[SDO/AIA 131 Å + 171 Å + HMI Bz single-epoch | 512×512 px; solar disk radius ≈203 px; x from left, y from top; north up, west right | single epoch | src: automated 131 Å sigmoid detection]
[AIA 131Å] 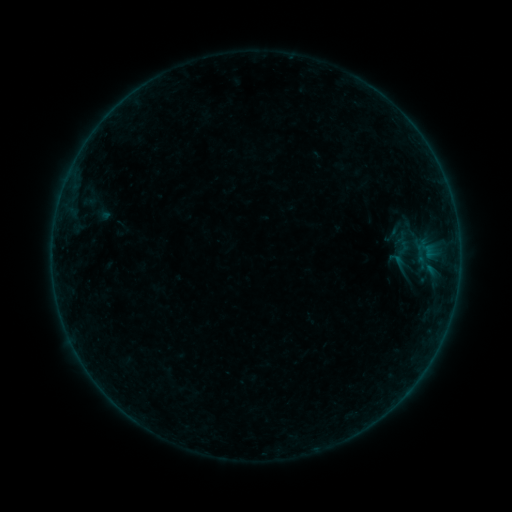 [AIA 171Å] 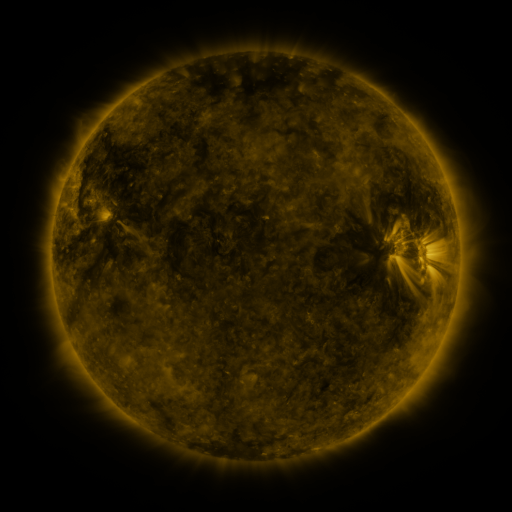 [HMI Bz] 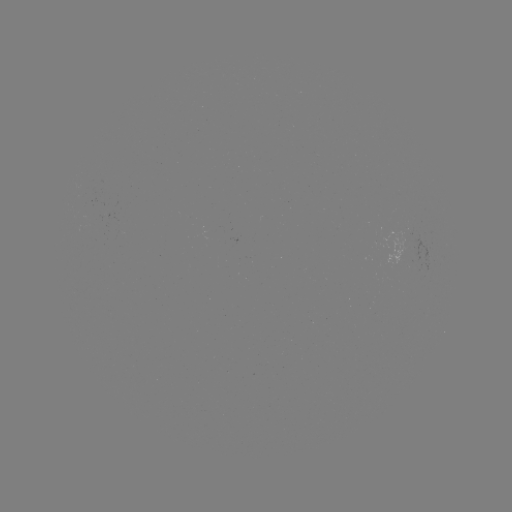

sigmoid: <bbox>386, 251, 411, 275</bbox>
